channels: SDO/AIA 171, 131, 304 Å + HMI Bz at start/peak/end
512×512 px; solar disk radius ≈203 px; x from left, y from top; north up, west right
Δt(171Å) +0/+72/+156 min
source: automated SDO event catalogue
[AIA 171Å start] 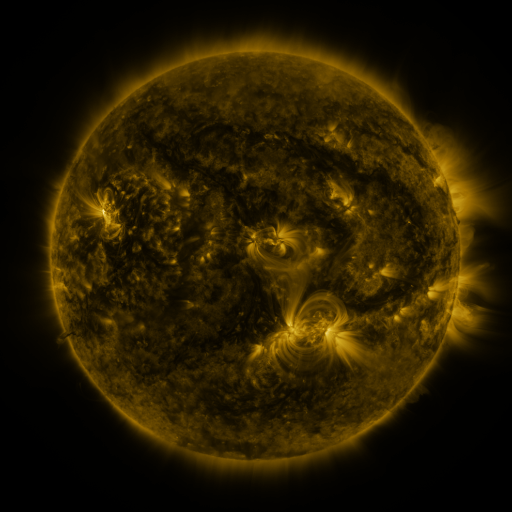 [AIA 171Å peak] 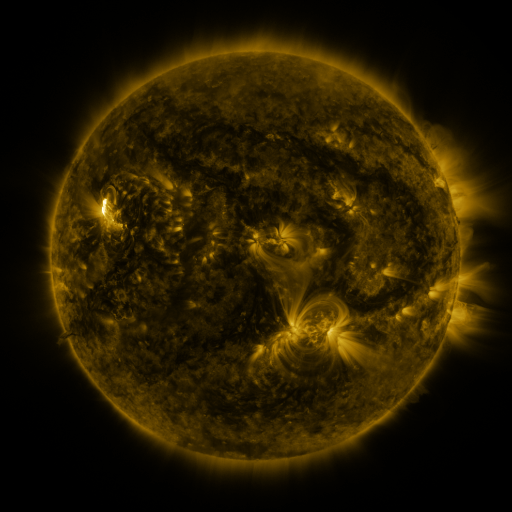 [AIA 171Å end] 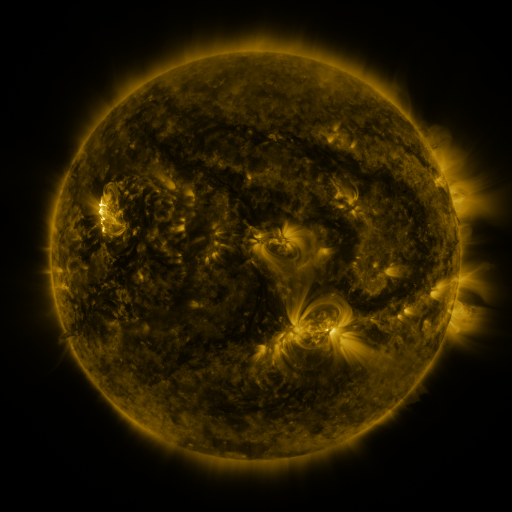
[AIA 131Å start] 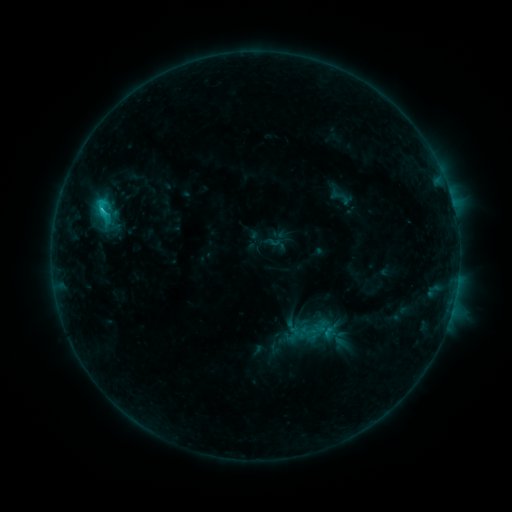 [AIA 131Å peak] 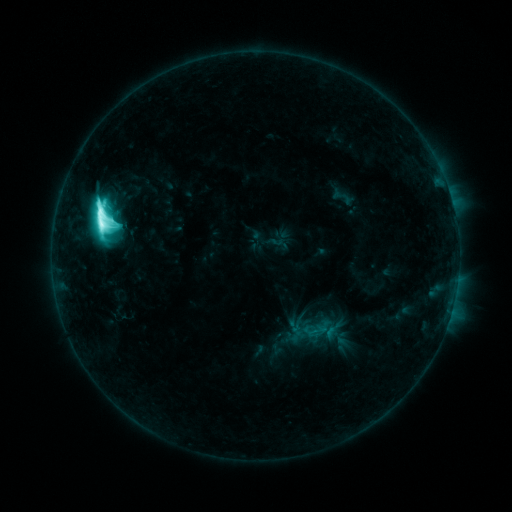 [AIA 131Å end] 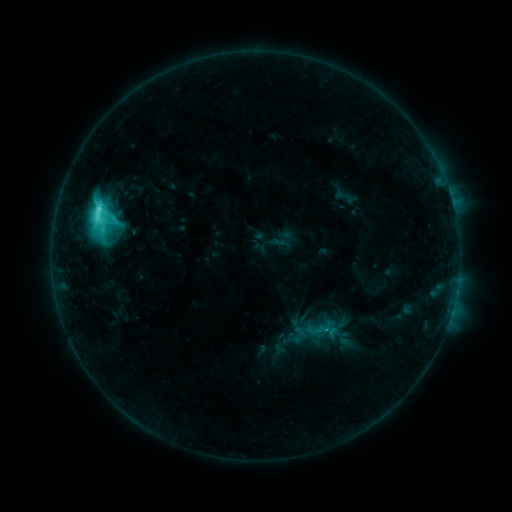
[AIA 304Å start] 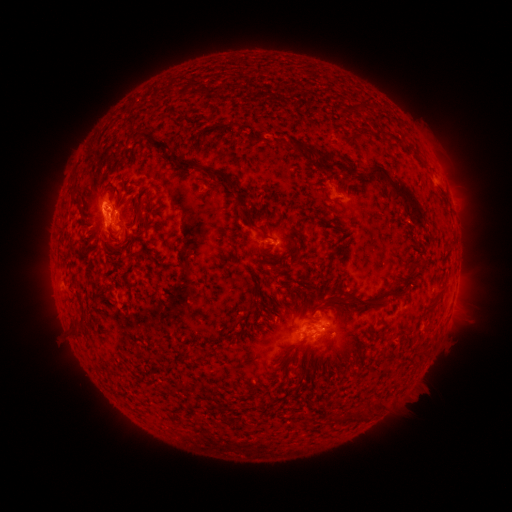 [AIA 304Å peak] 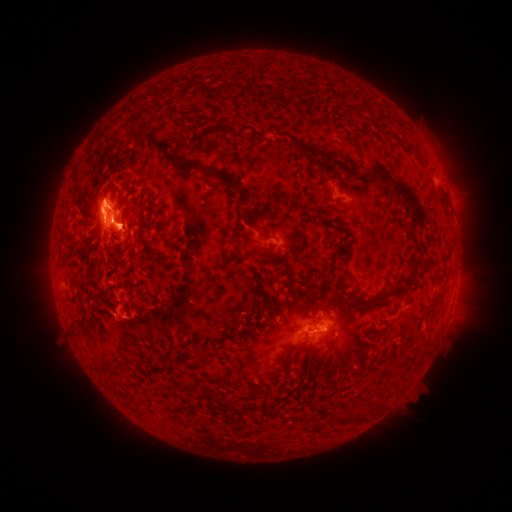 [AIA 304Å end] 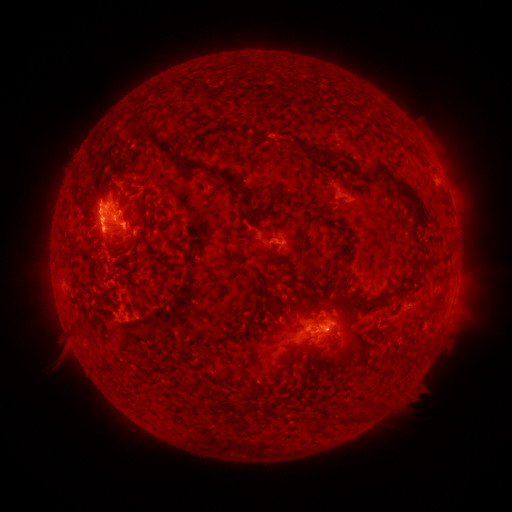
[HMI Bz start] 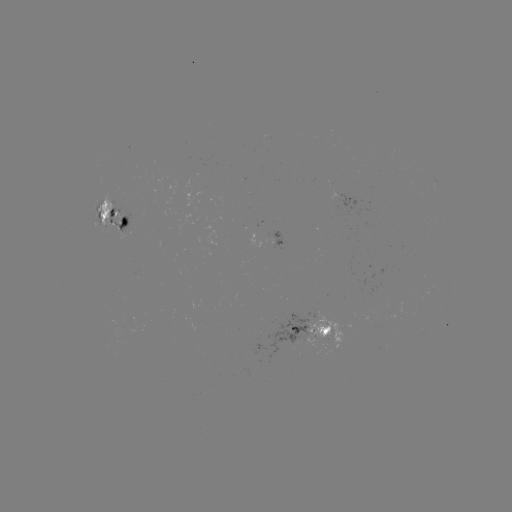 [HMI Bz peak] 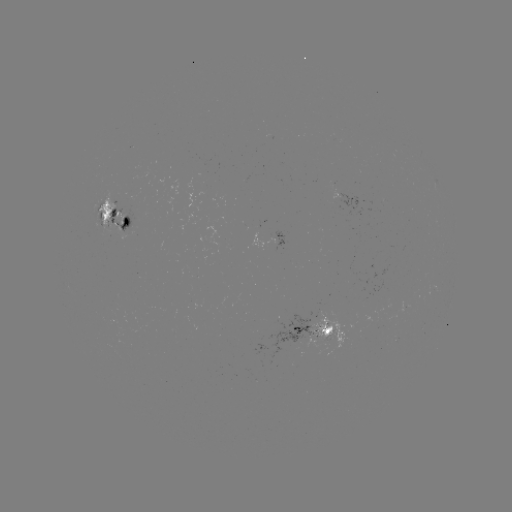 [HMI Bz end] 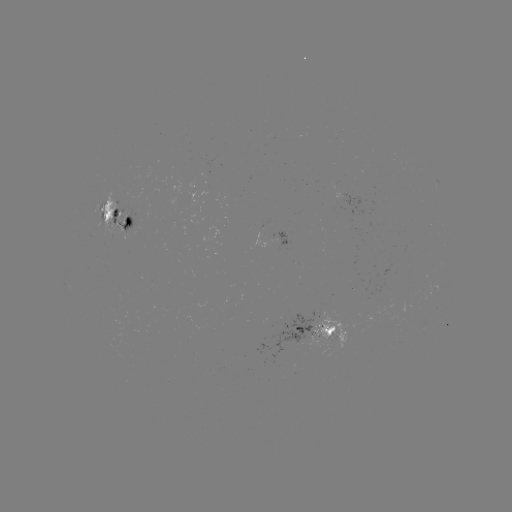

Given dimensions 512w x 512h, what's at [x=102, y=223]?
M3.0 flare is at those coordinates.